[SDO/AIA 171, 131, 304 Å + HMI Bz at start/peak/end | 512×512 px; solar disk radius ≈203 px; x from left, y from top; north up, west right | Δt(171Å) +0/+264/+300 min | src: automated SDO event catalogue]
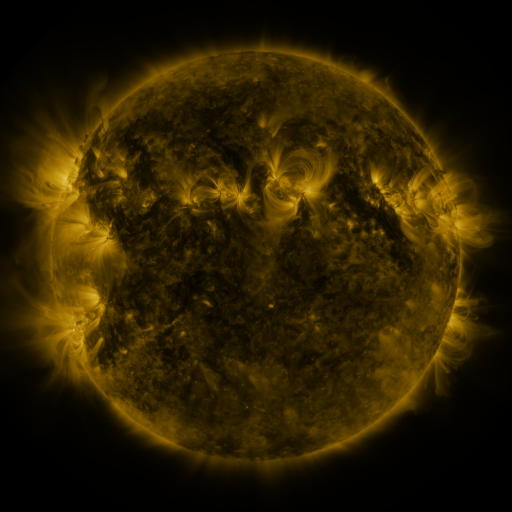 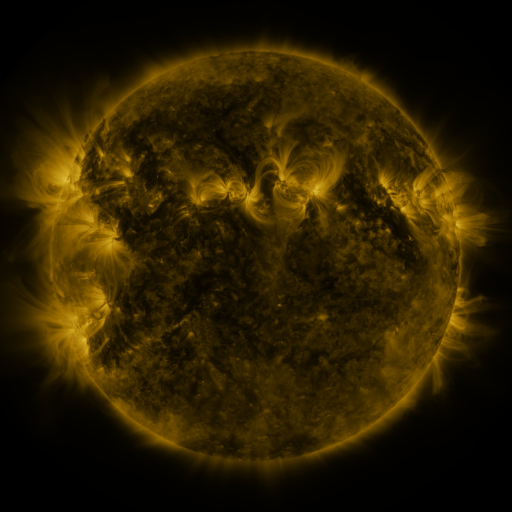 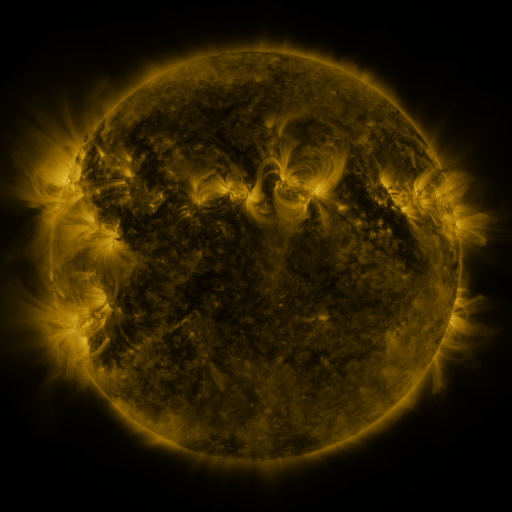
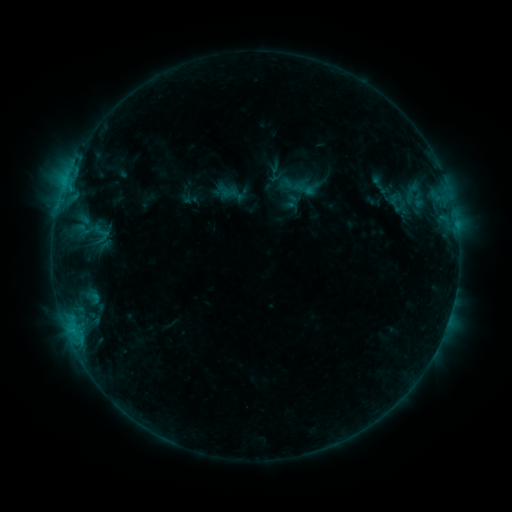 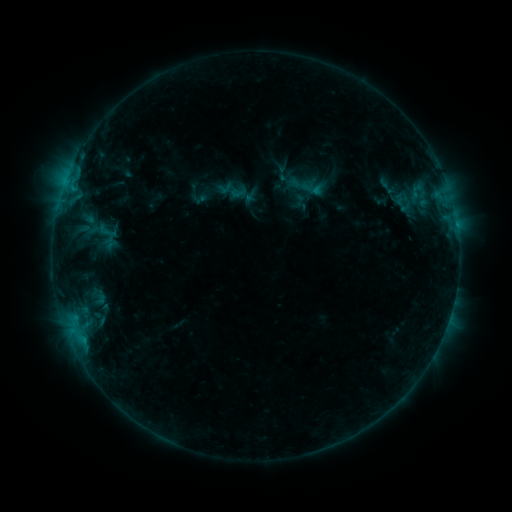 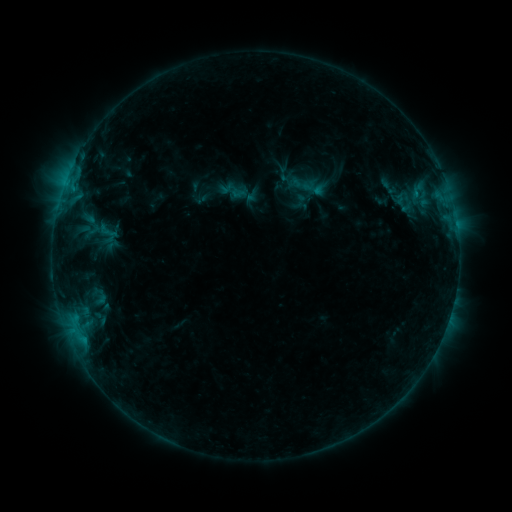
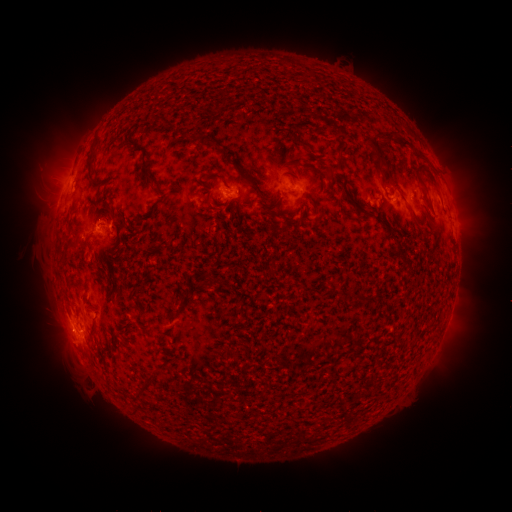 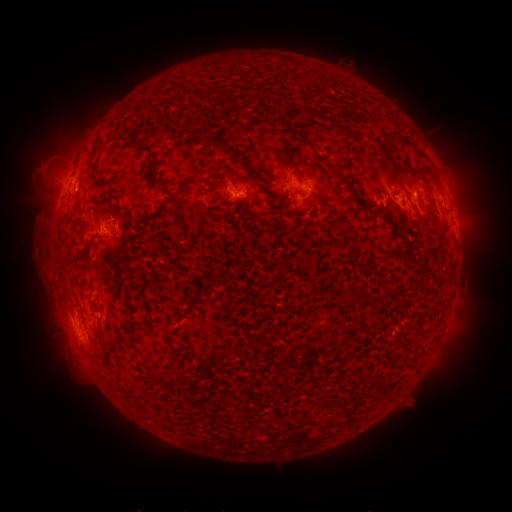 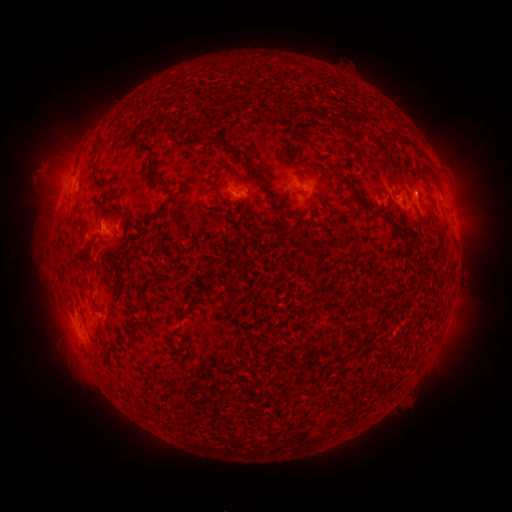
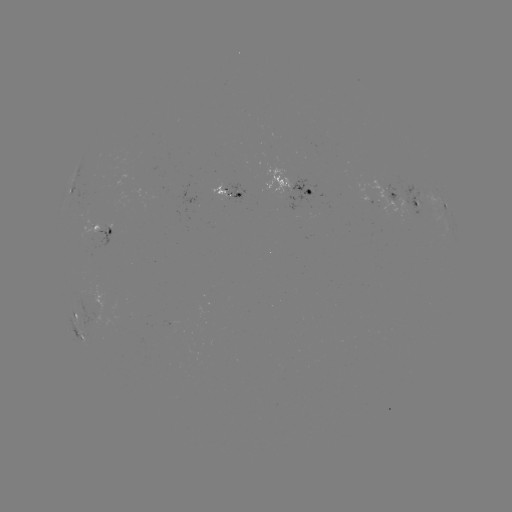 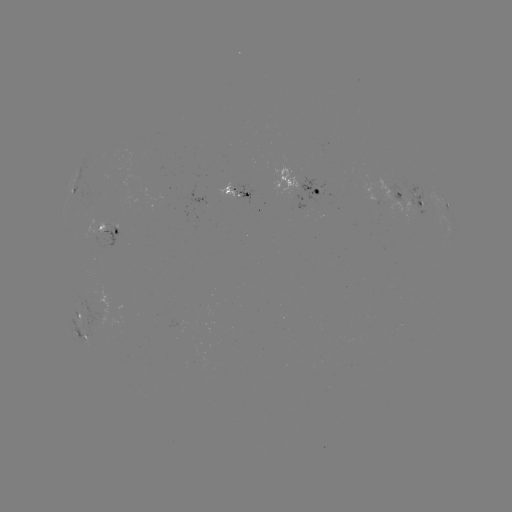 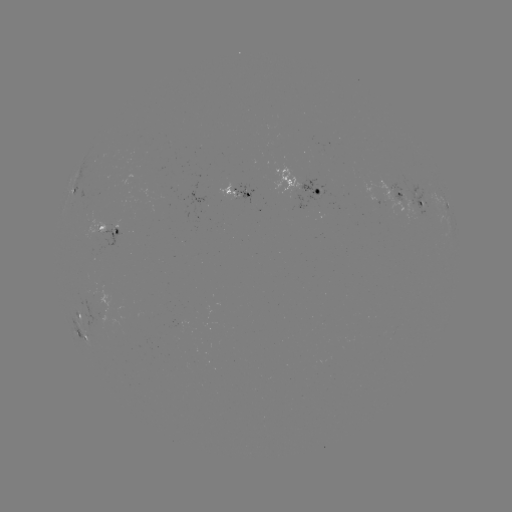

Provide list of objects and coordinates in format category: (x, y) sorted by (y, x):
emerging-flux region: (241, 194)
